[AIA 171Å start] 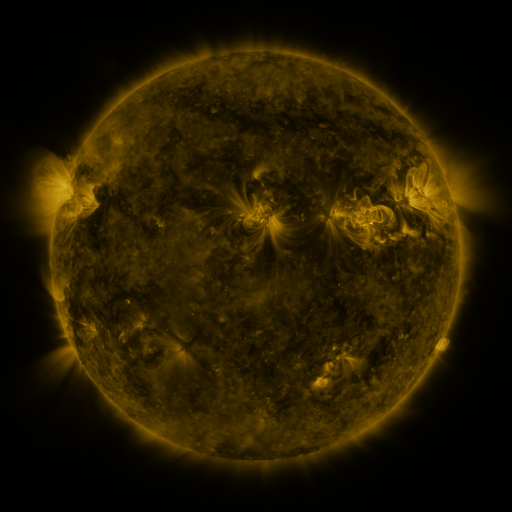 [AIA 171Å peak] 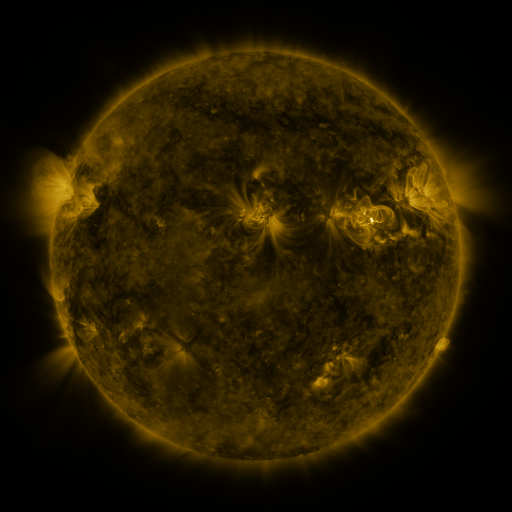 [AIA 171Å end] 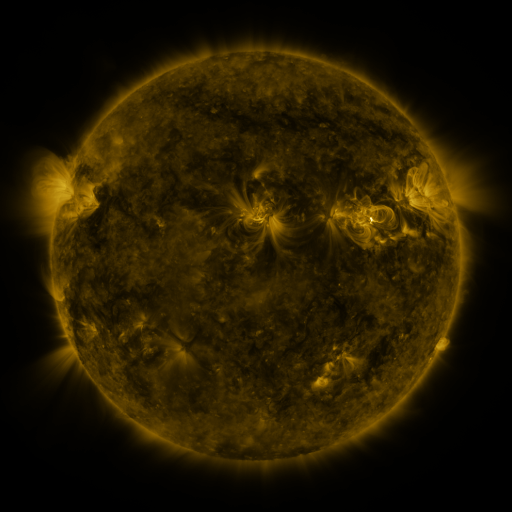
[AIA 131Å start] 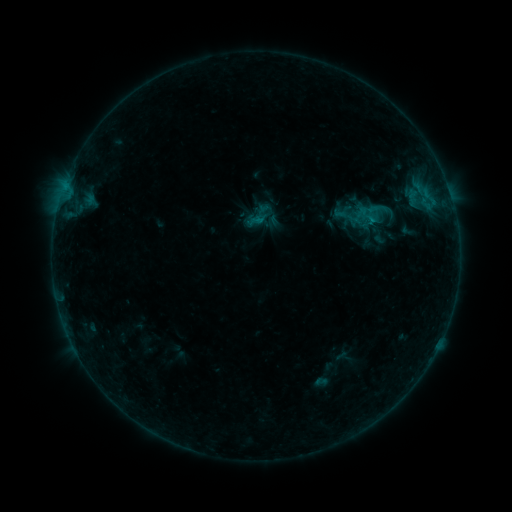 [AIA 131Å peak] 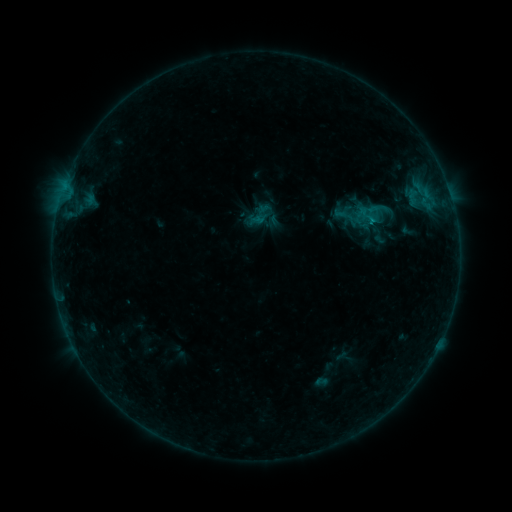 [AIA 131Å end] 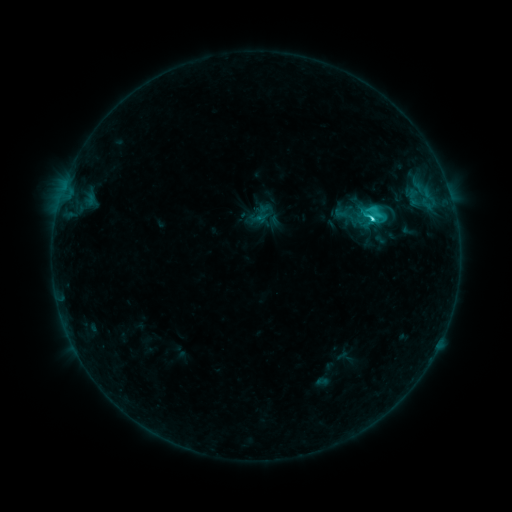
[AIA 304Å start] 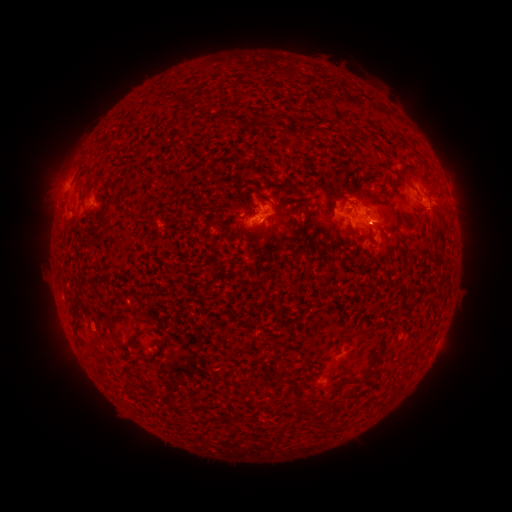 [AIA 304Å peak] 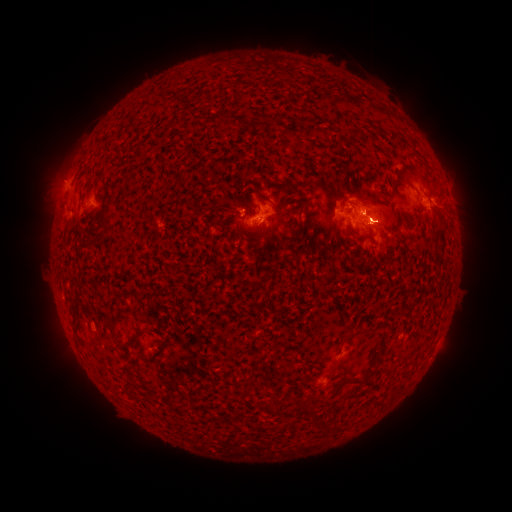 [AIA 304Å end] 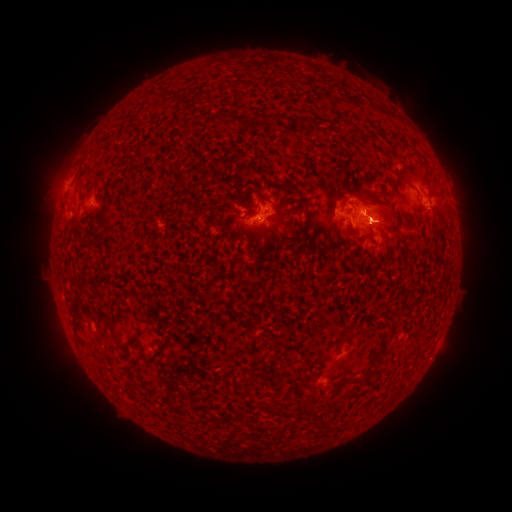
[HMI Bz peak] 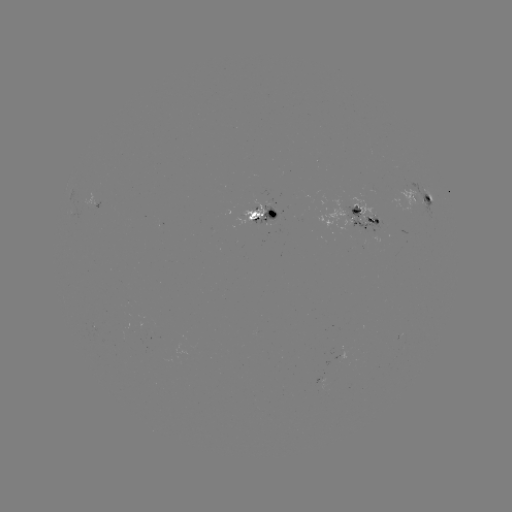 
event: flare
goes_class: C8.5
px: (372, 223)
